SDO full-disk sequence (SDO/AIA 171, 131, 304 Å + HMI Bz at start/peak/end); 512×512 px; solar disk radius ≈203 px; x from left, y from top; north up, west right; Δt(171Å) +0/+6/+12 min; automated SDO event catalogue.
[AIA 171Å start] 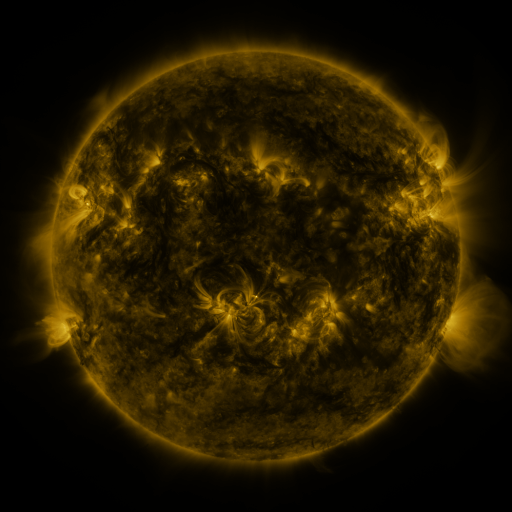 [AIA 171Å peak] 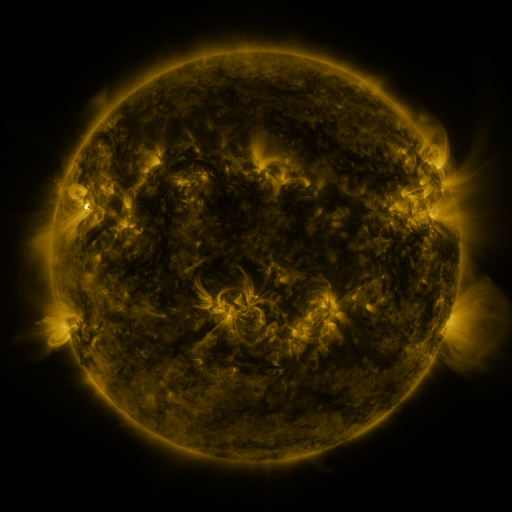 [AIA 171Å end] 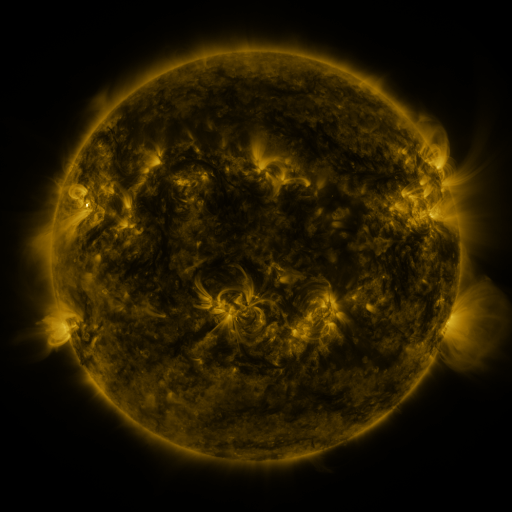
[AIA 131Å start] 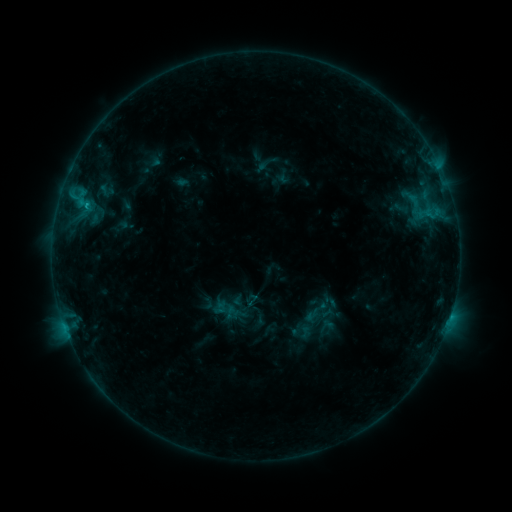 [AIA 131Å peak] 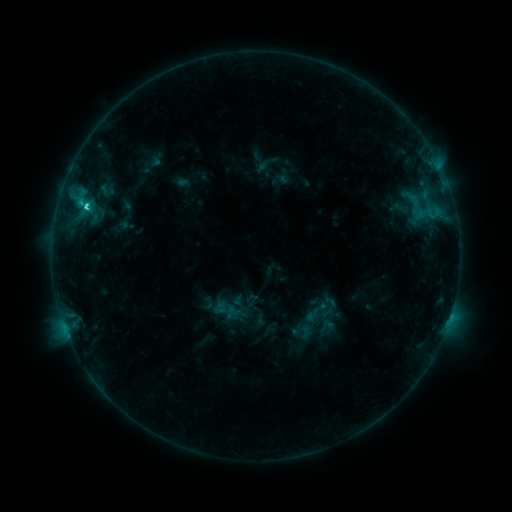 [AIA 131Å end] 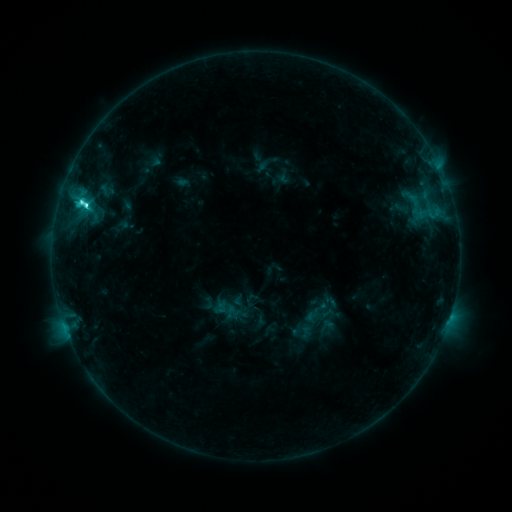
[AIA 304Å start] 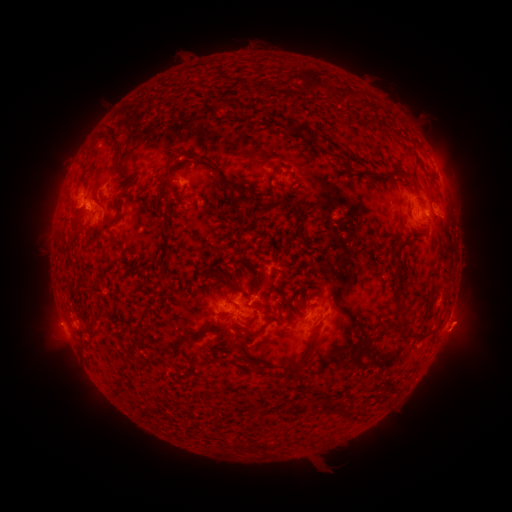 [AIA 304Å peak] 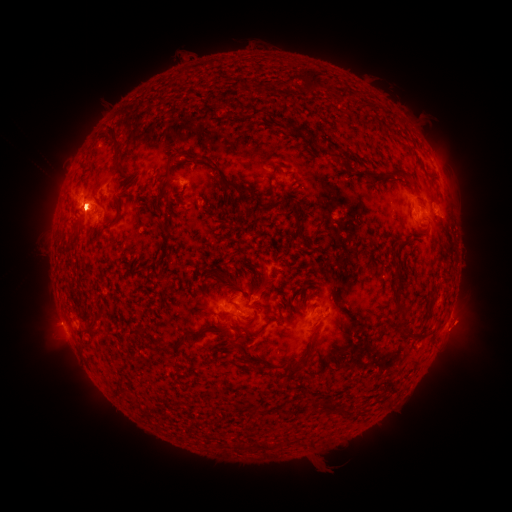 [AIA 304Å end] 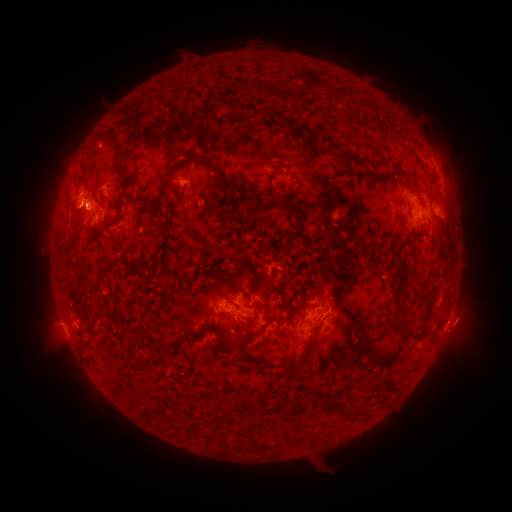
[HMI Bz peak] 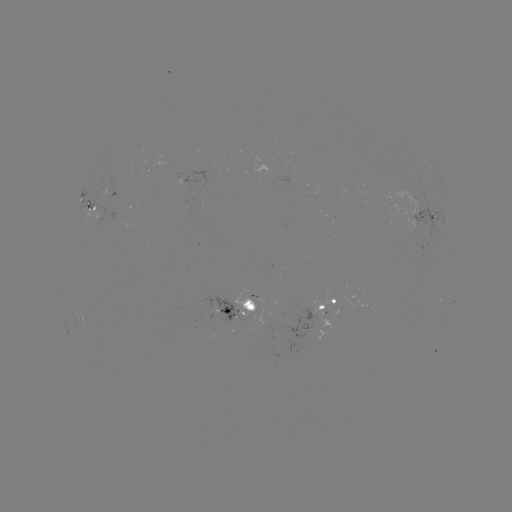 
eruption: [26, 145, 102, 239]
